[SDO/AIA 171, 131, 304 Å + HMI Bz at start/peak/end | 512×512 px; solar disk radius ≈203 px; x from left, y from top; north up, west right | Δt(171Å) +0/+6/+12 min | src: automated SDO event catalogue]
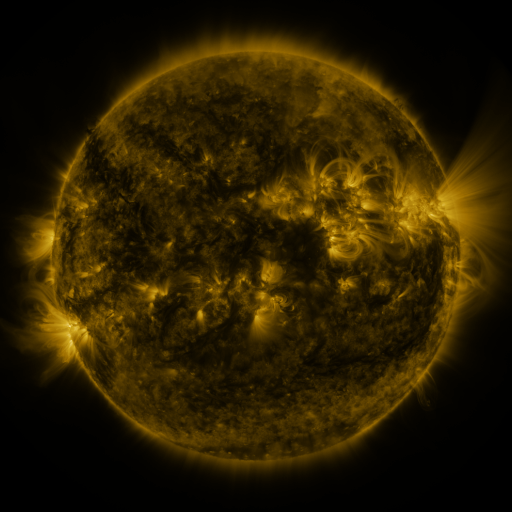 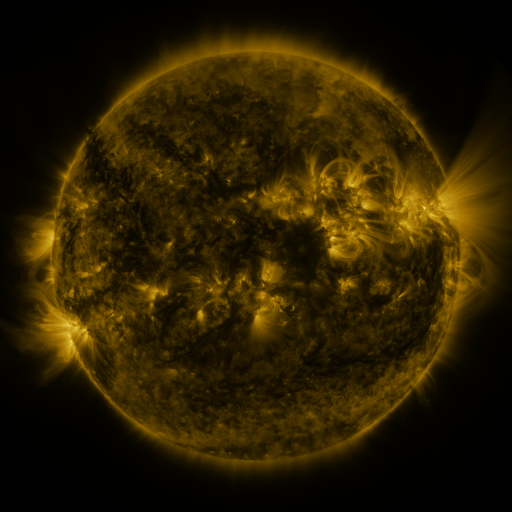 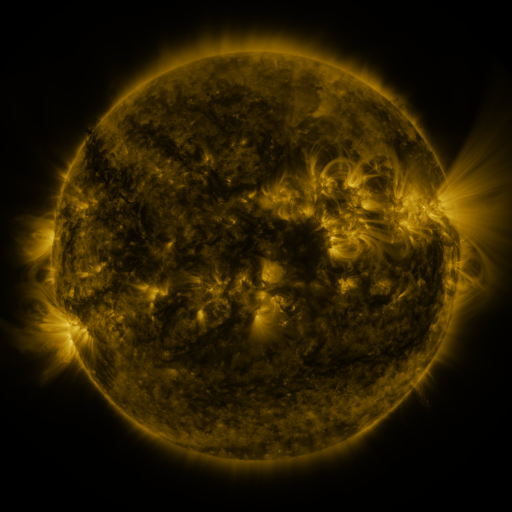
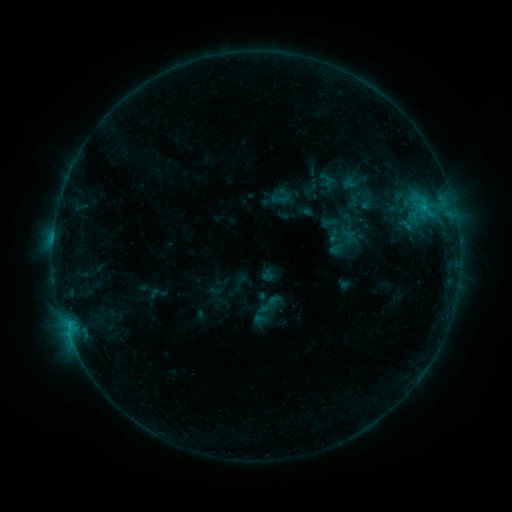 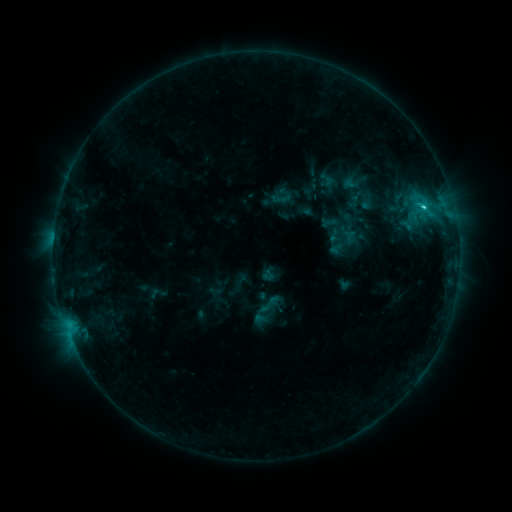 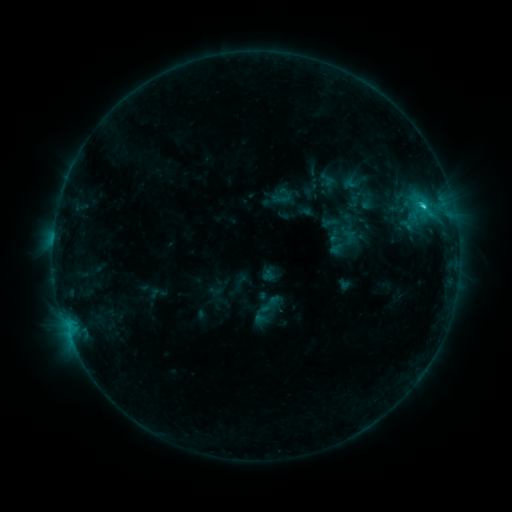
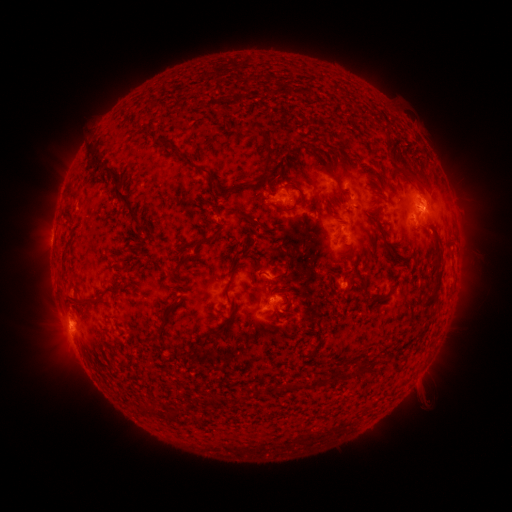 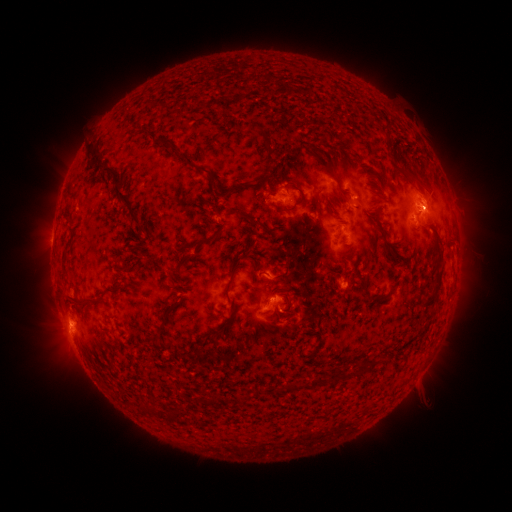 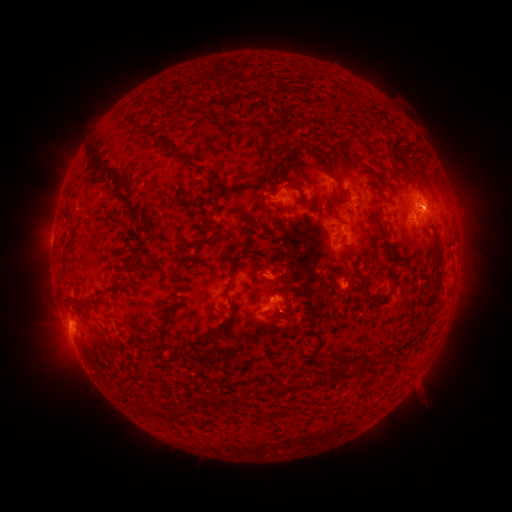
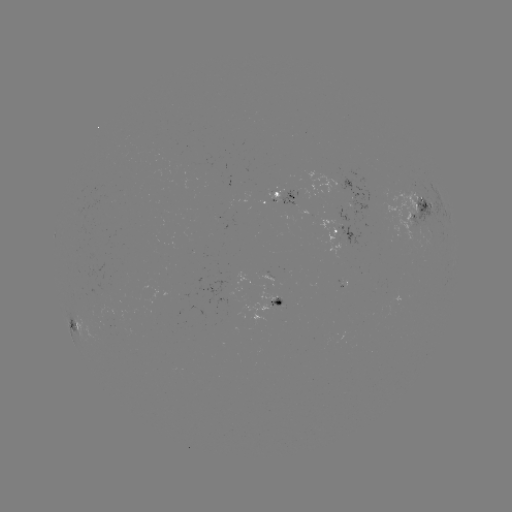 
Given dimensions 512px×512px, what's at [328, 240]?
C2.2 flare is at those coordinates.